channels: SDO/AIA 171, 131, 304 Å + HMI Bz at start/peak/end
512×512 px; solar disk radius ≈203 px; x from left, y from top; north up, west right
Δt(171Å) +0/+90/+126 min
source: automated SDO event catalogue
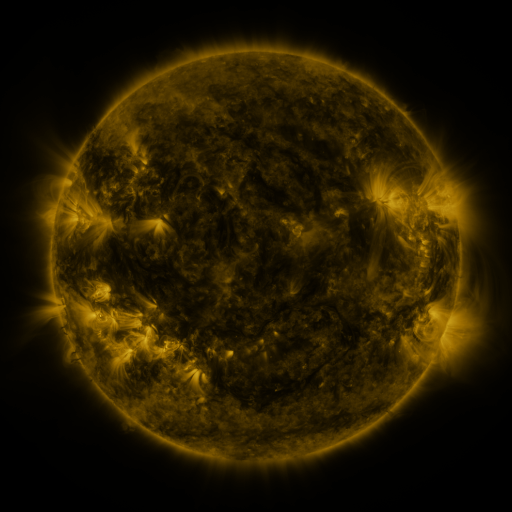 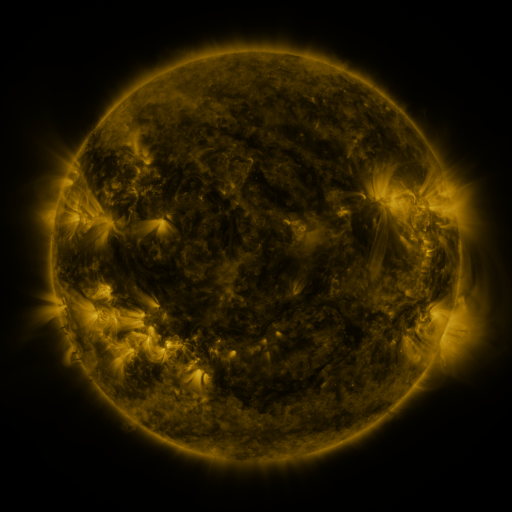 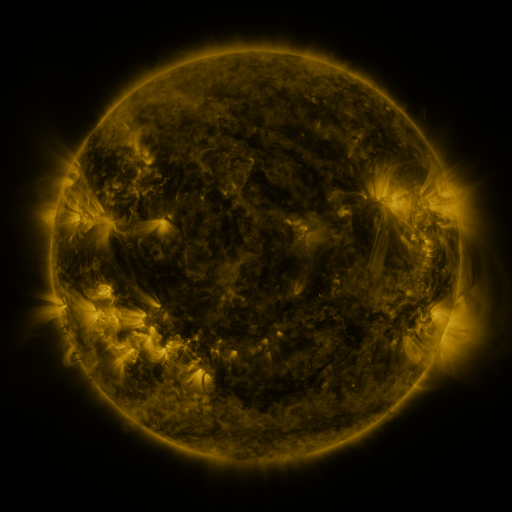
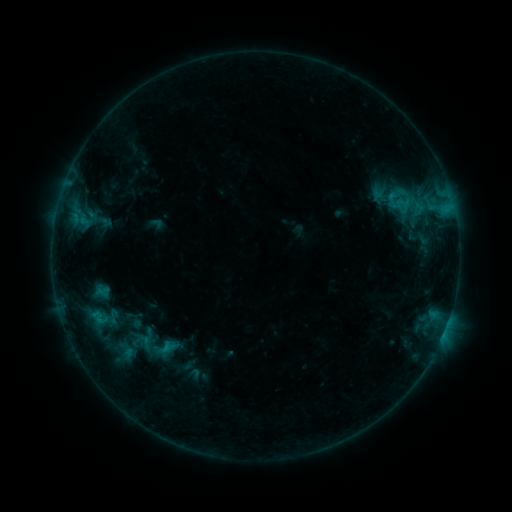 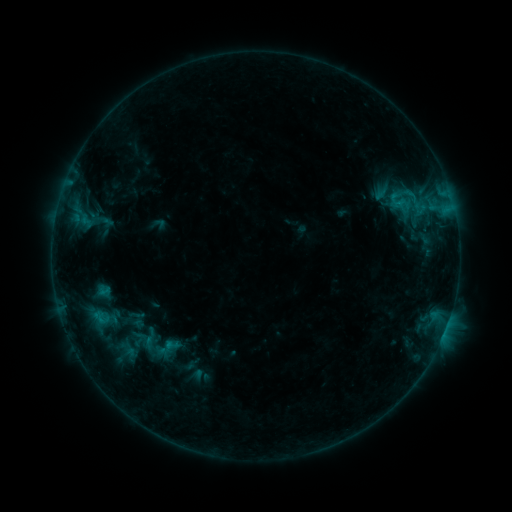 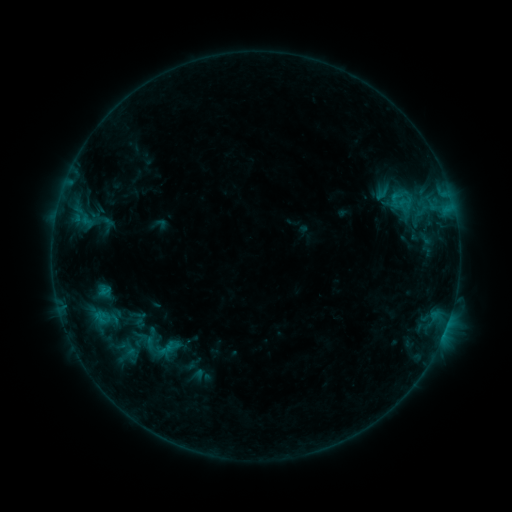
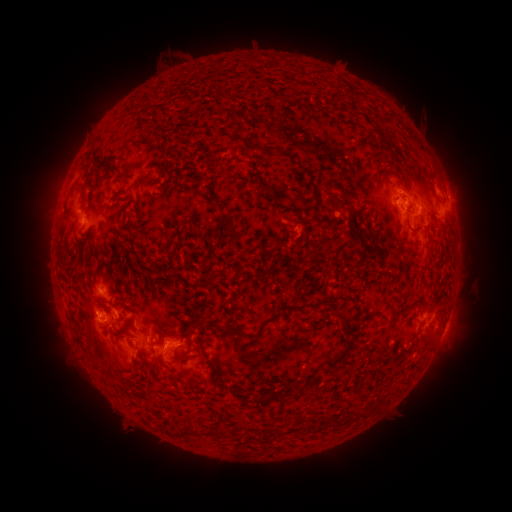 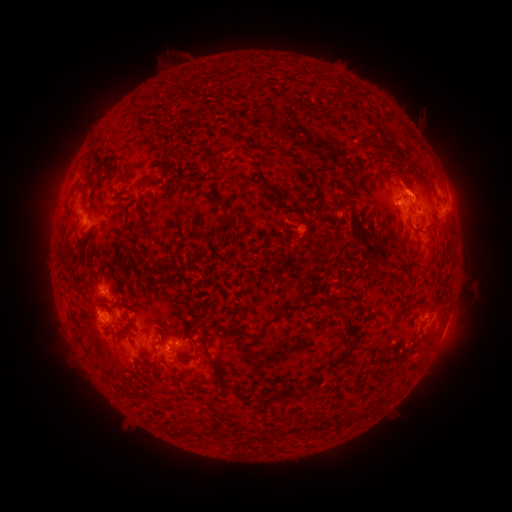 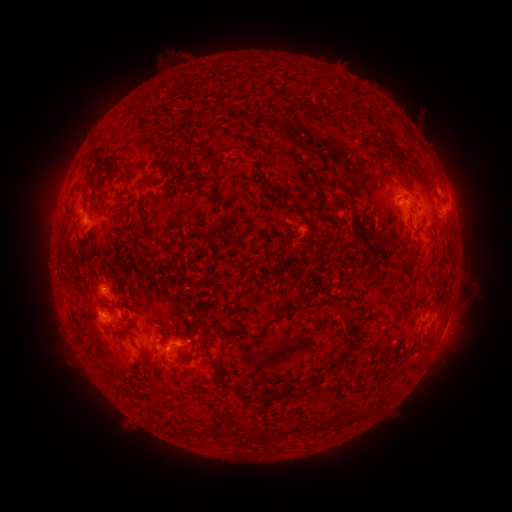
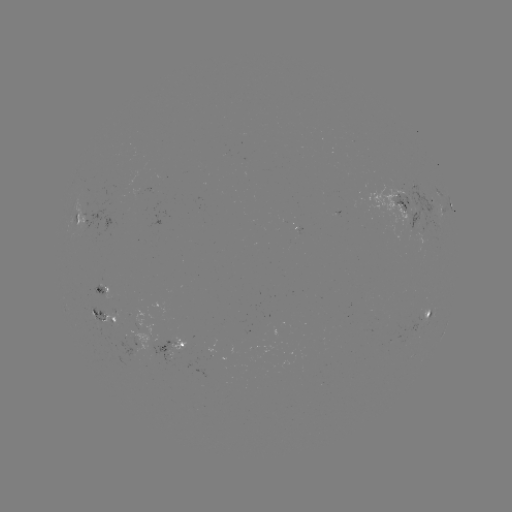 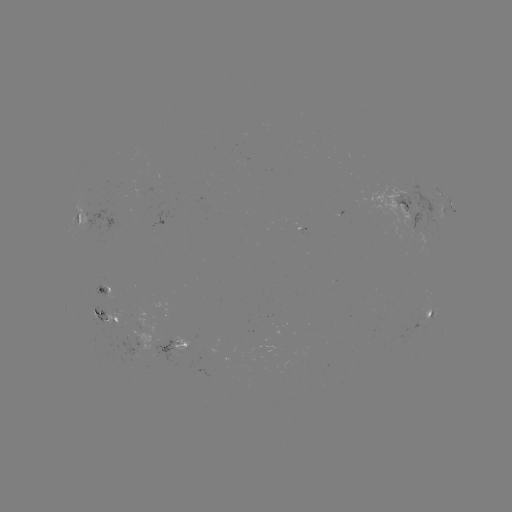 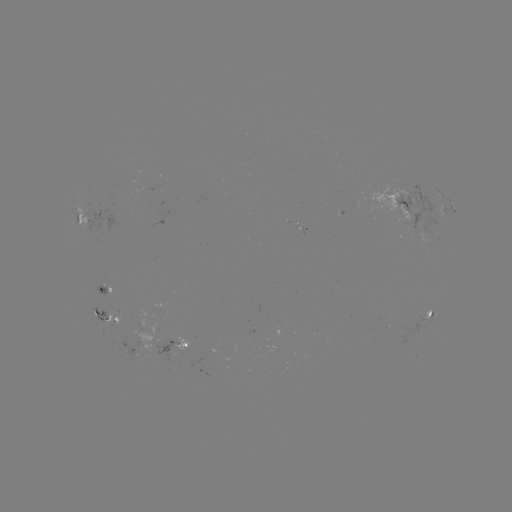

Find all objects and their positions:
emerging-flux region: (162, 342)
